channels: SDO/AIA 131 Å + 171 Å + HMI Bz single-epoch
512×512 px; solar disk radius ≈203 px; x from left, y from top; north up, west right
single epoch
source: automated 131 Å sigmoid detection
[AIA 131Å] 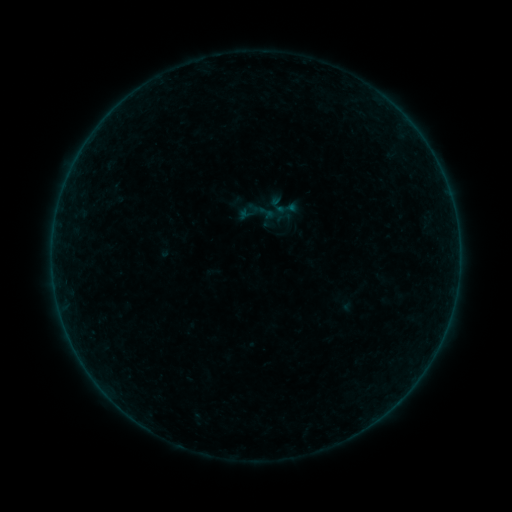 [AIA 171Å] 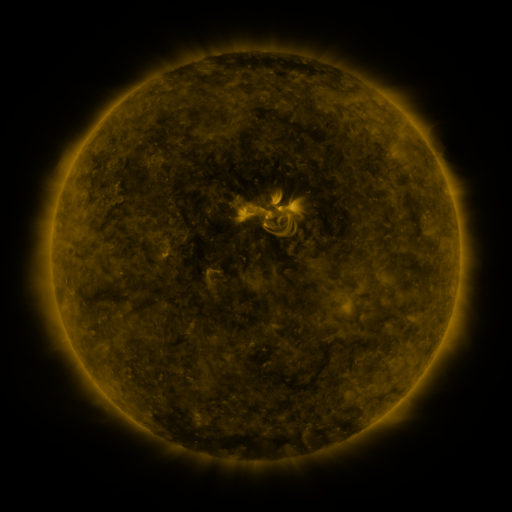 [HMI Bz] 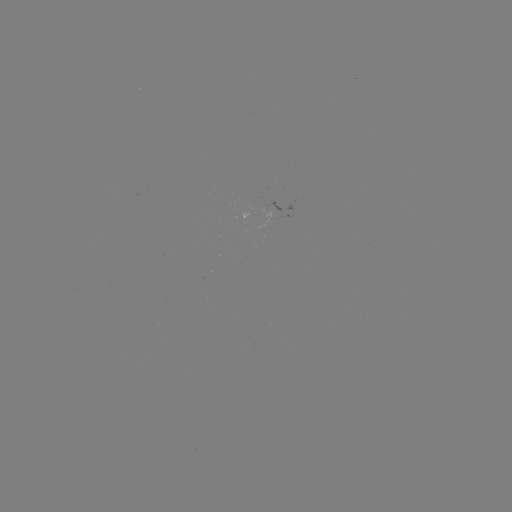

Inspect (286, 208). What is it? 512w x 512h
sigmoid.